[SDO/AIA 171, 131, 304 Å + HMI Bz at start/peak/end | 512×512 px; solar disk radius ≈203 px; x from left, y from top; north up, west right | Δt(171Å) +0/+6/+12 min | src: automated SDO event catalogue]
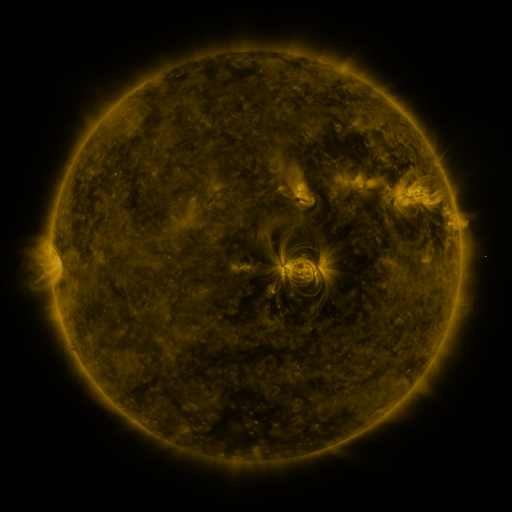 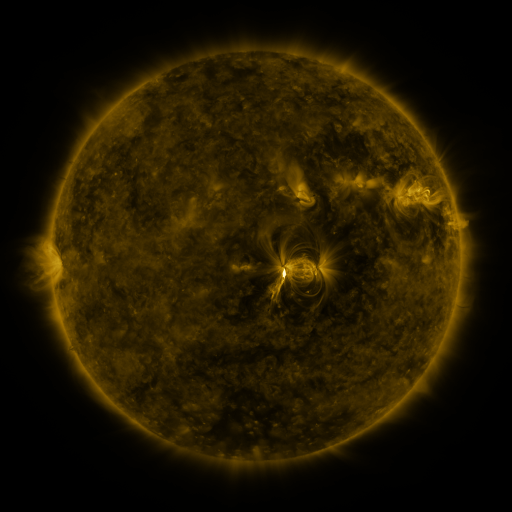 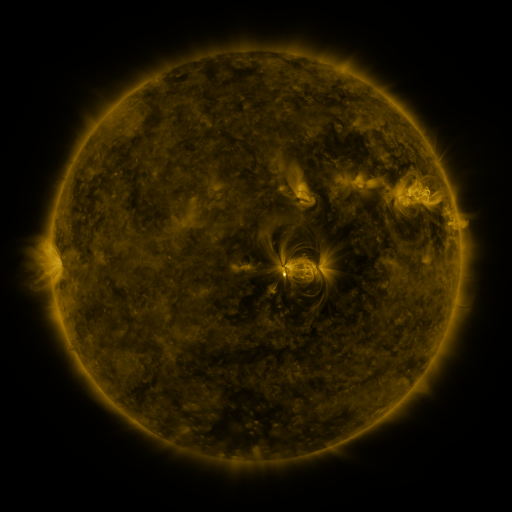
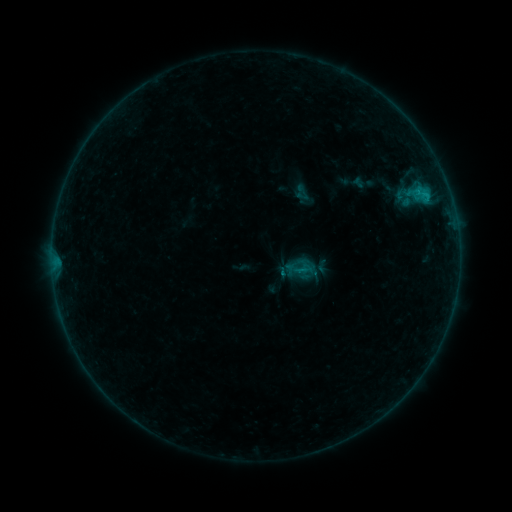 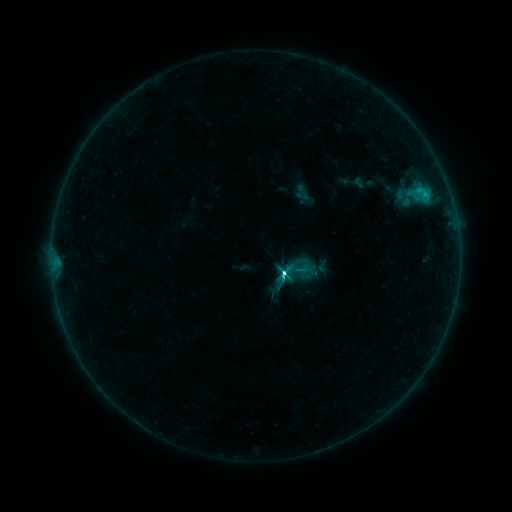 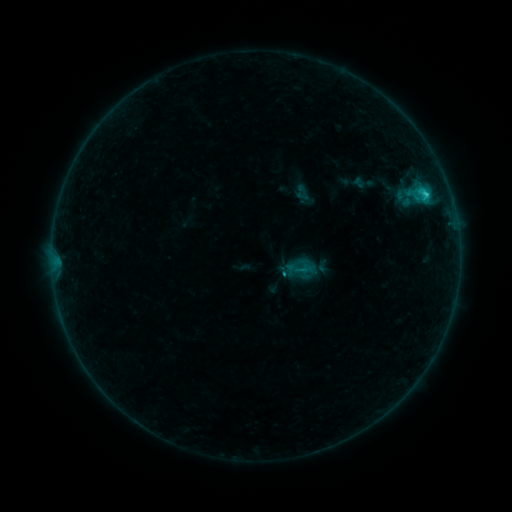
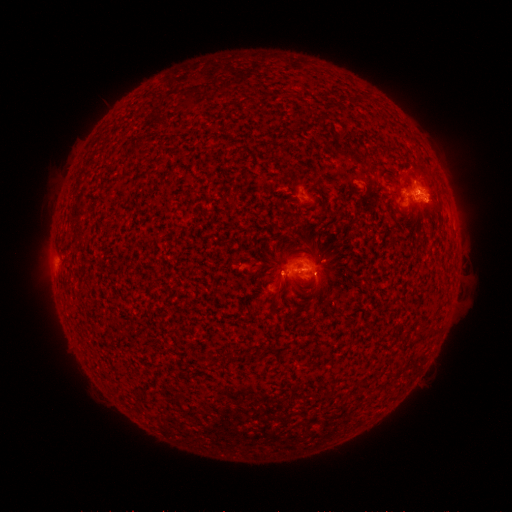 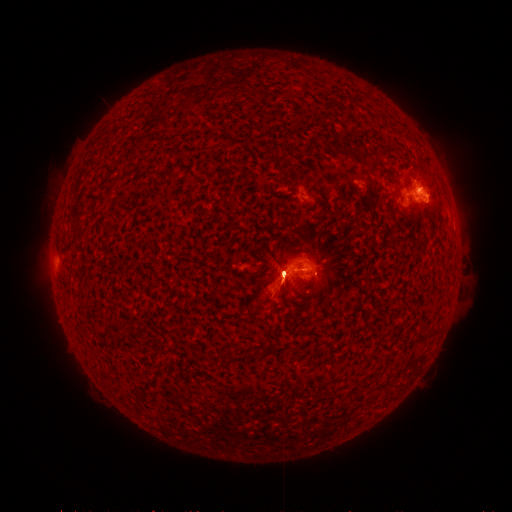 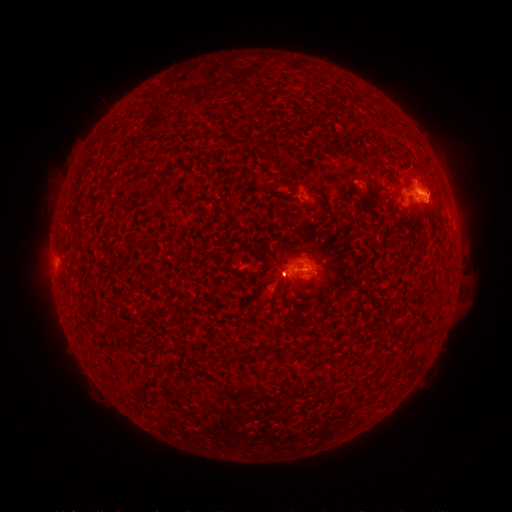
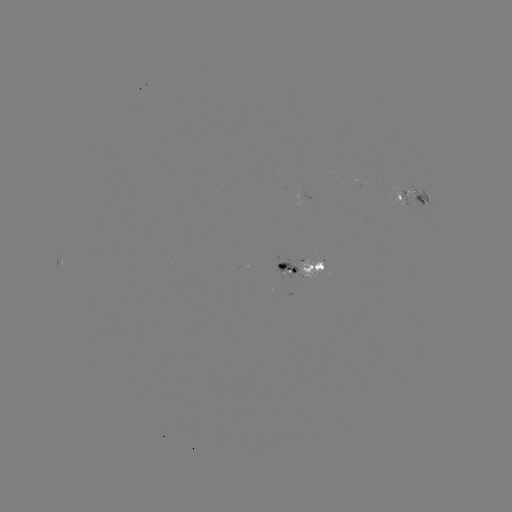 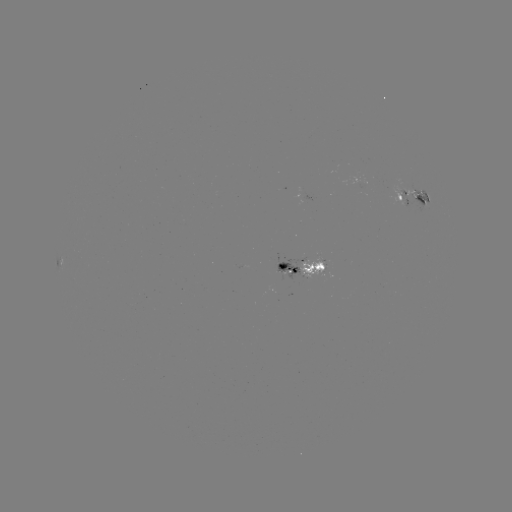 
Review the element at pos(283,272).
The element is C8.0 flare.